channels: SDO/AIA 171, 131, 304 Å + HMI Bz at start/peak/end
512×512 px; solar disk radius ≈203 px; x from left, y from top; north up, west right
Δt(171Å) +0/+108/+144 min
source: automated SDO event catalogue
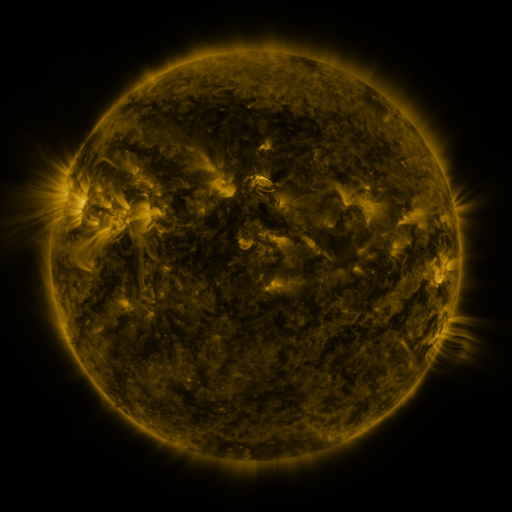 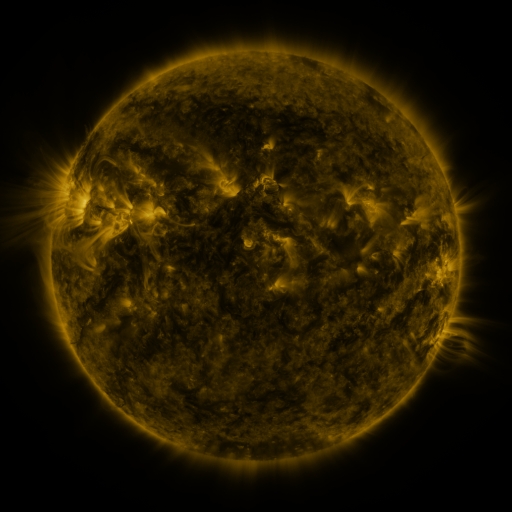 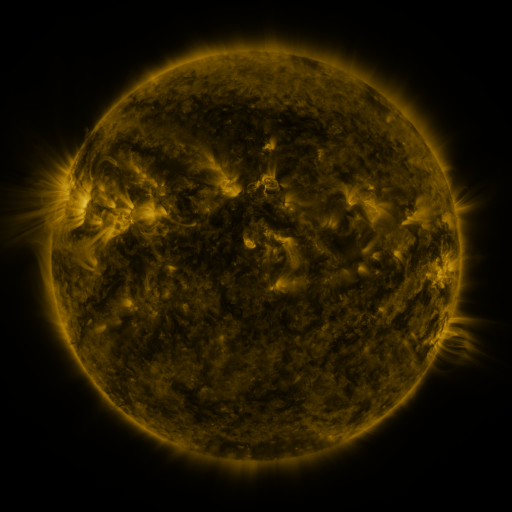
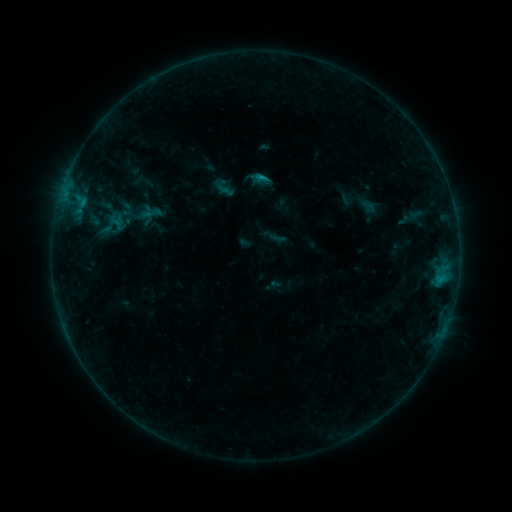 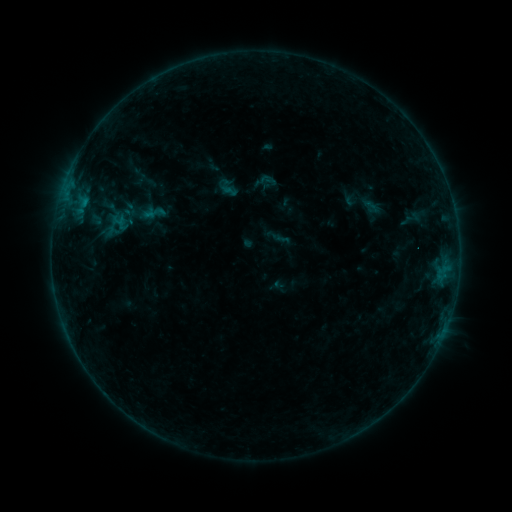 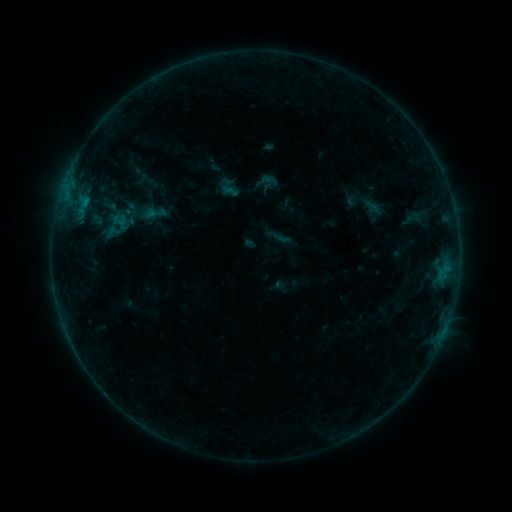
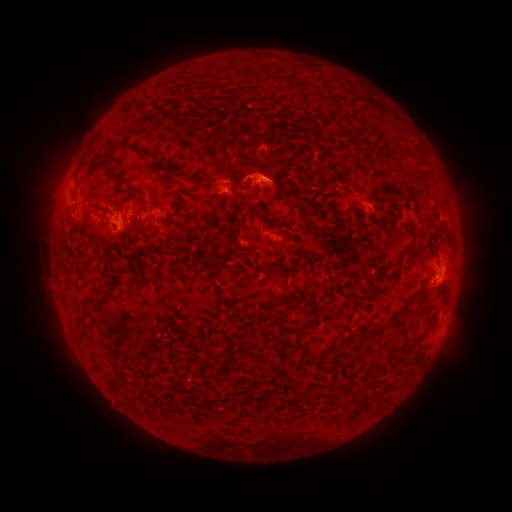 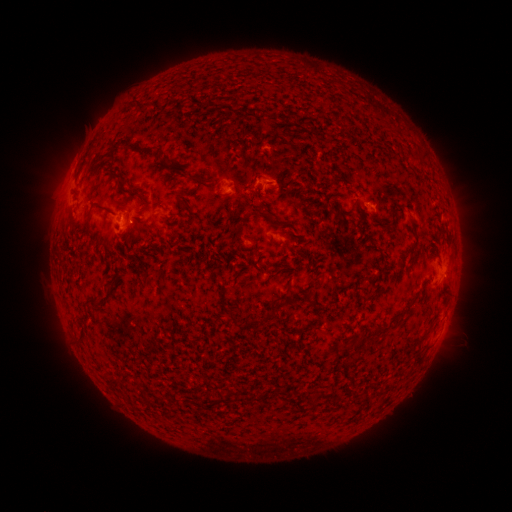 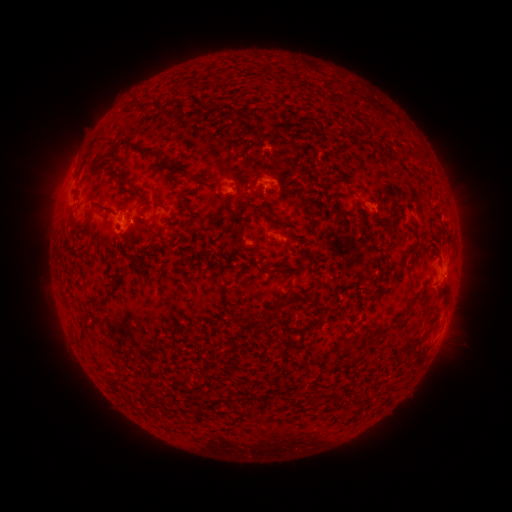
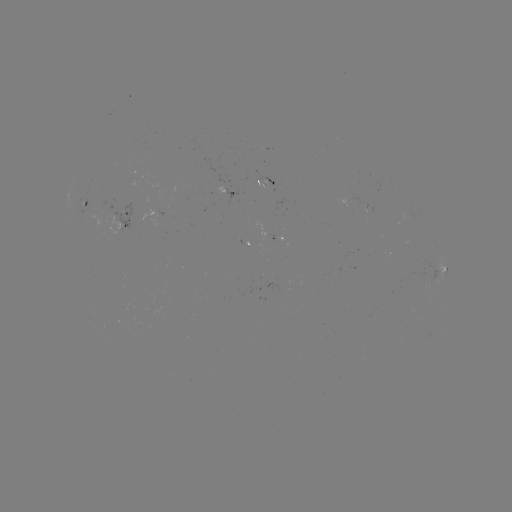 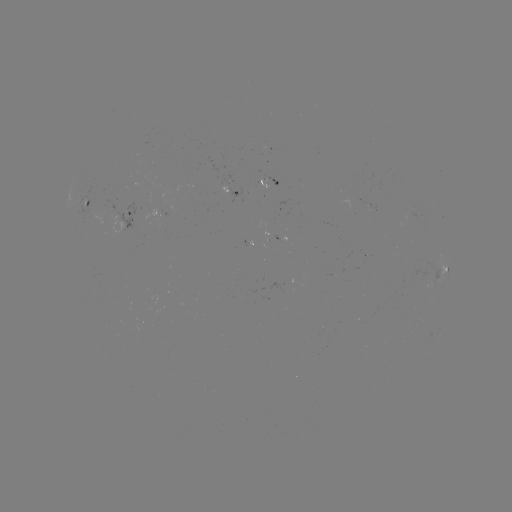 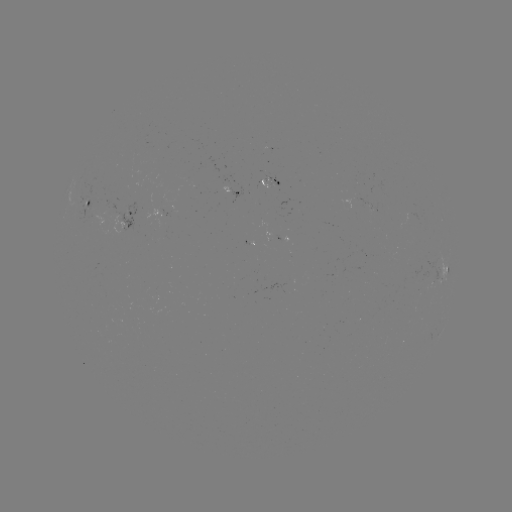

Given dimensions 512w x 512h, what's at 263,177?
emerging-flux region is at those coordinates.